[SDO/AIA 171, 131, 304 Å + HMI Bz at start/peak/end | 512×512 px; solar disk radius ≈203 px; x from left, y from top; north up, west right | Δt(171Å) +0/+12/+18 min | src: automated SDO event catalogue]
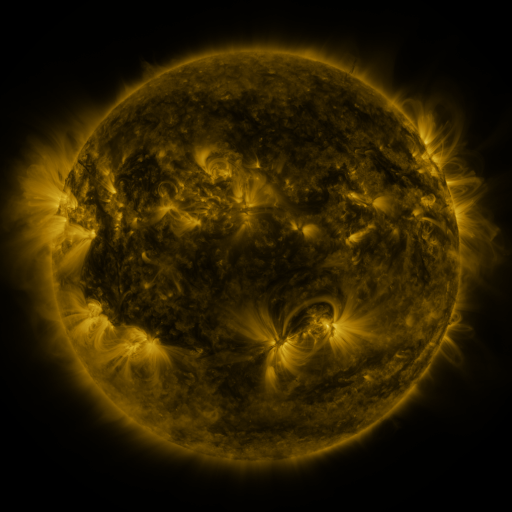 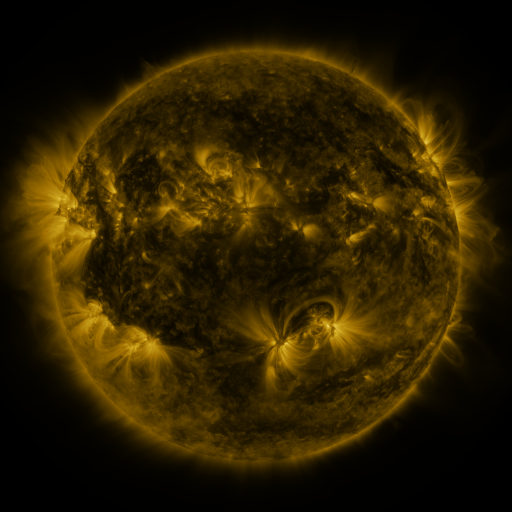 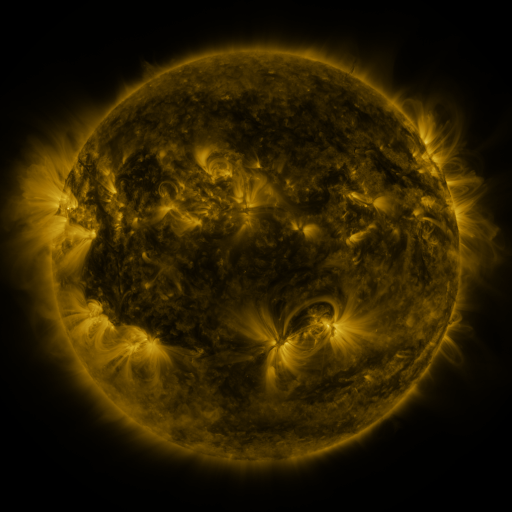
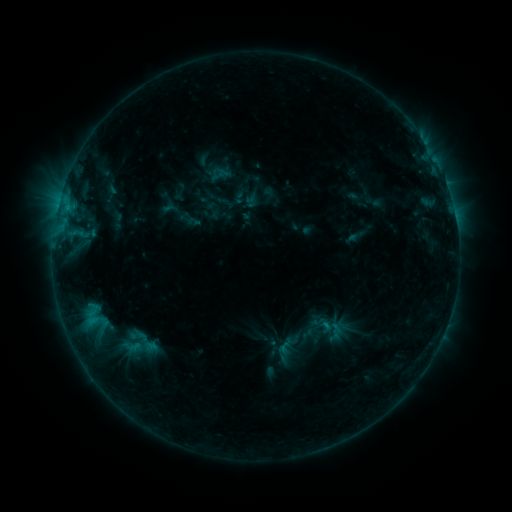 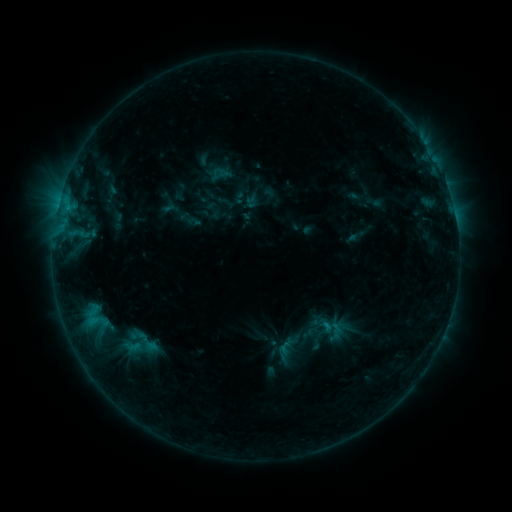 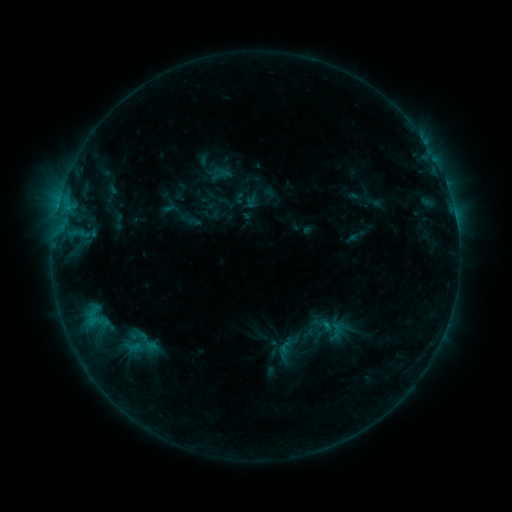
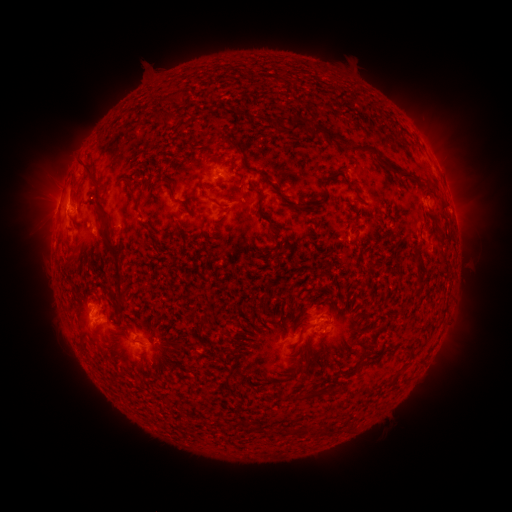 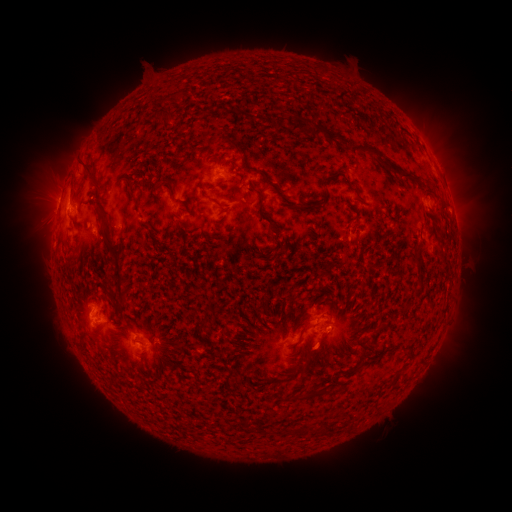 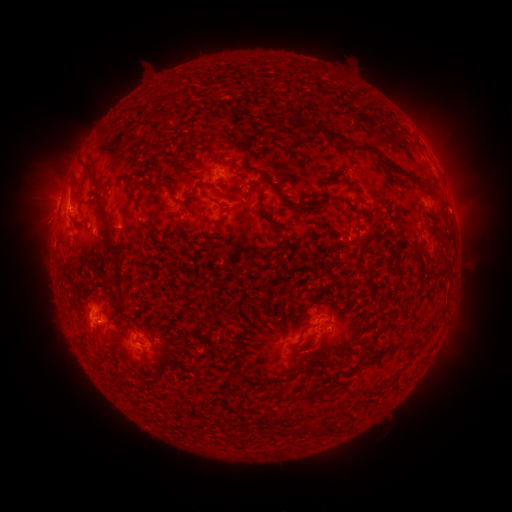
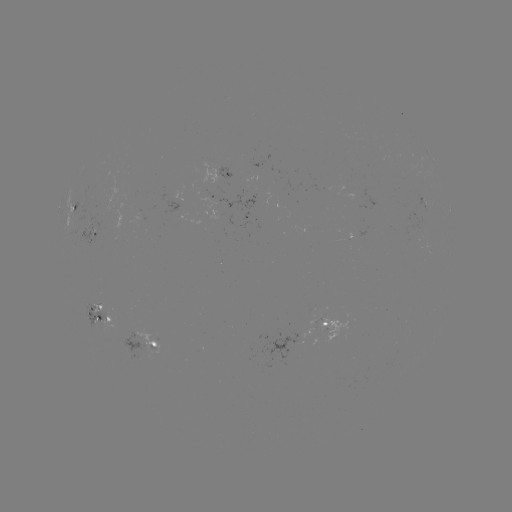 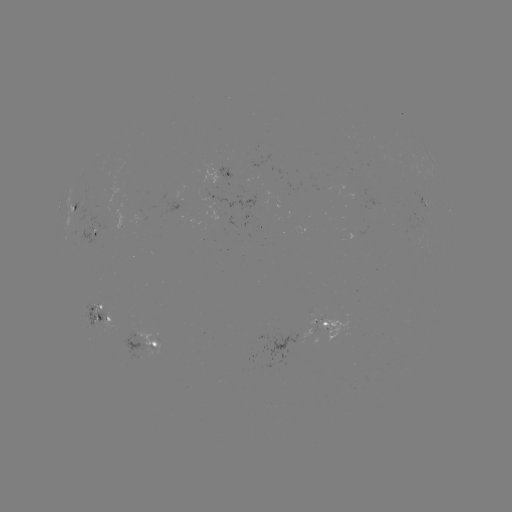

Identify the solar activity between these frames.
eruption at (319, 352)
